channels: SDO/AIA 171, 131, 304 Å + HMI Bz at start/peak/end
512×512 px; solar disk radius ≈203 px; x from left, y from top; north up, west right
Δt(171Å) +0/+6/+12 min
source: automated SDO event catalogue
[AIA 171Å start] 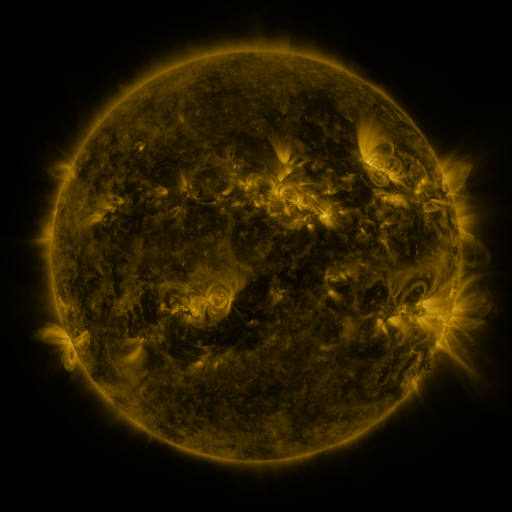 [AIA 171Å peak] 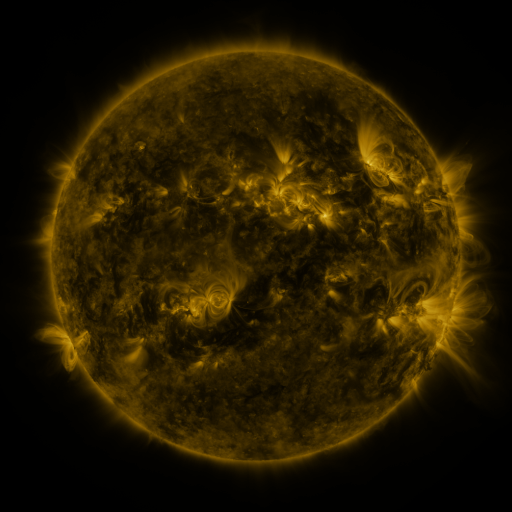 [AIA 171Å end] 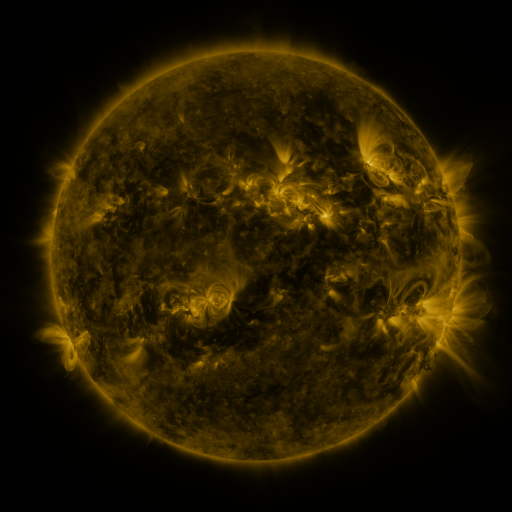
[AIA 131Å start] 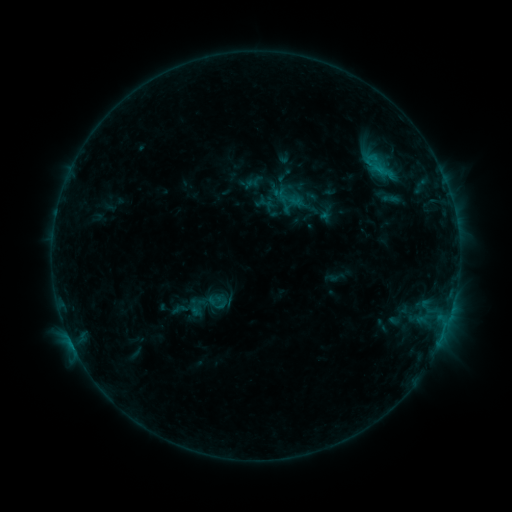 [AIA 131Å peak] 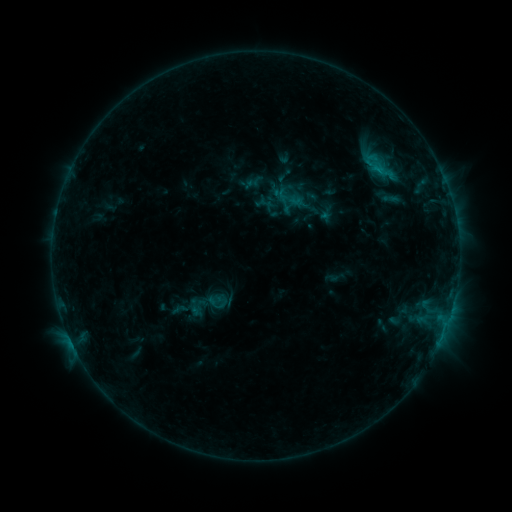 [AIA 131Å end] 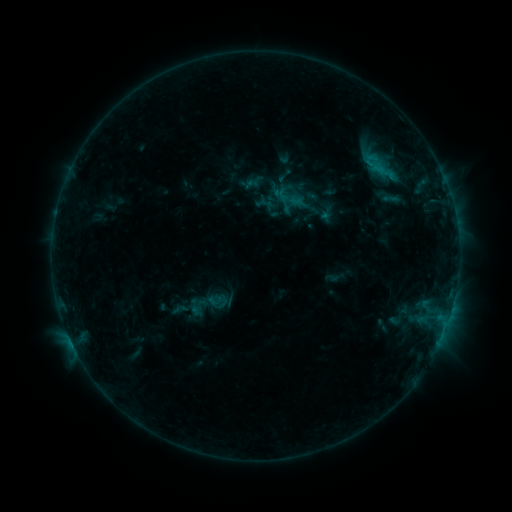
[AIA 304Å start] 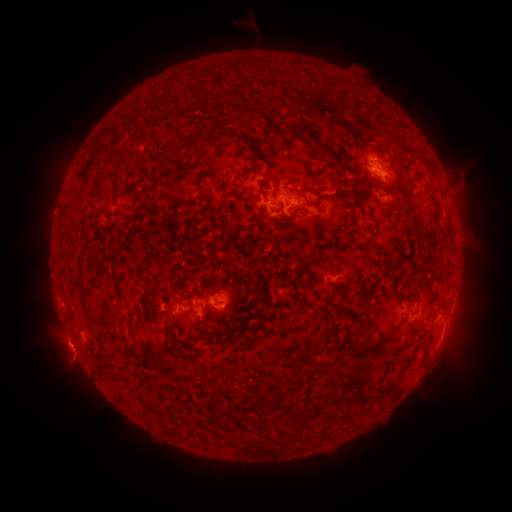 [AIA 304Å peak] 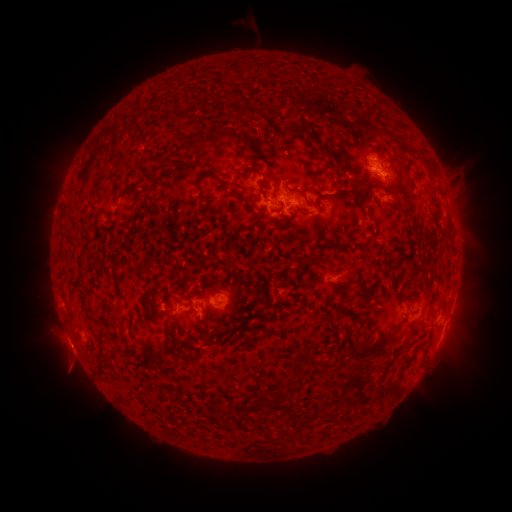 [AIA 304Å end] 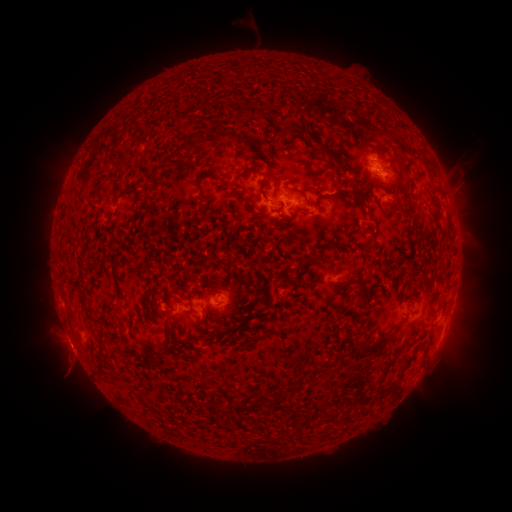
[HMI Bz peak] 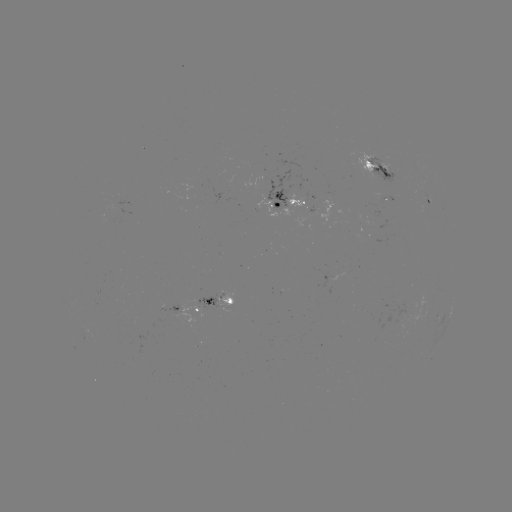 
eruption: [430, 141, 477, 188]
